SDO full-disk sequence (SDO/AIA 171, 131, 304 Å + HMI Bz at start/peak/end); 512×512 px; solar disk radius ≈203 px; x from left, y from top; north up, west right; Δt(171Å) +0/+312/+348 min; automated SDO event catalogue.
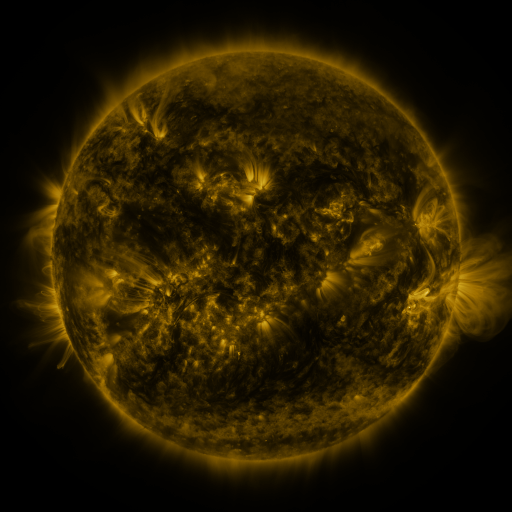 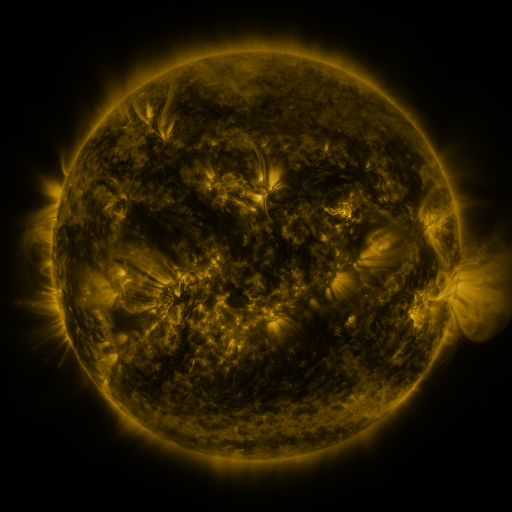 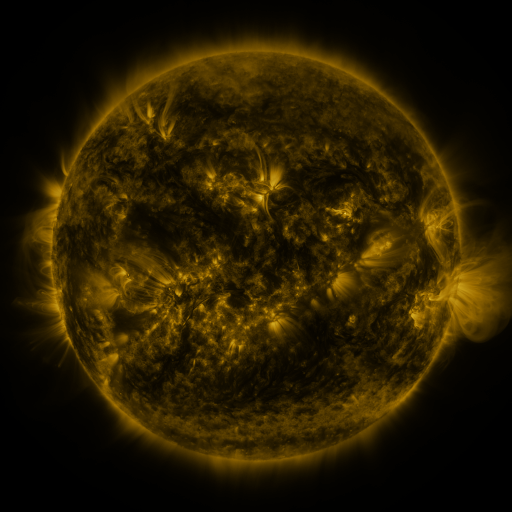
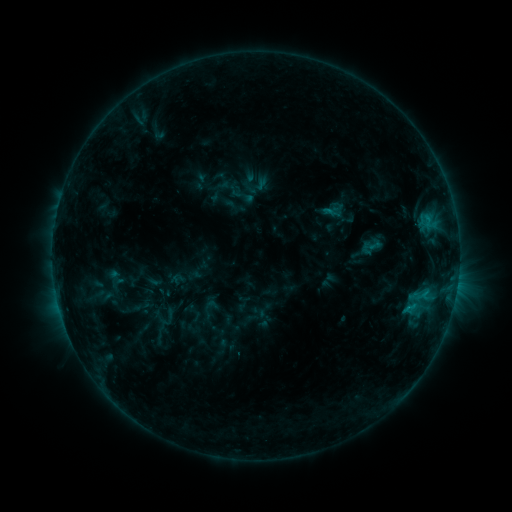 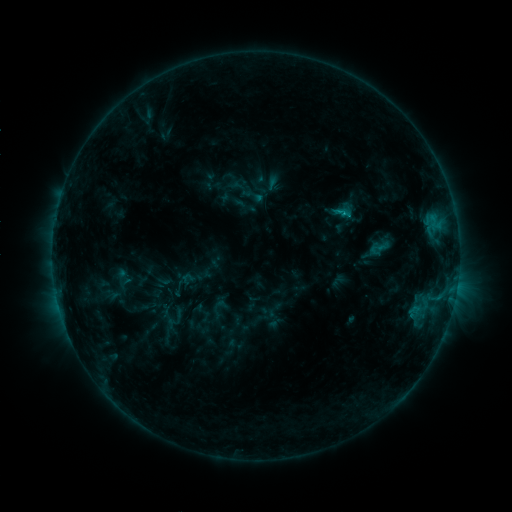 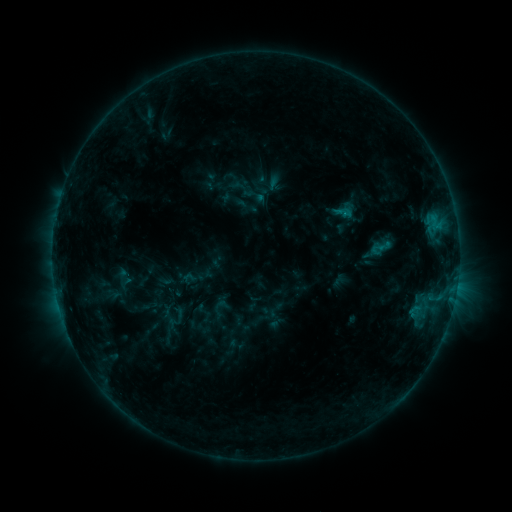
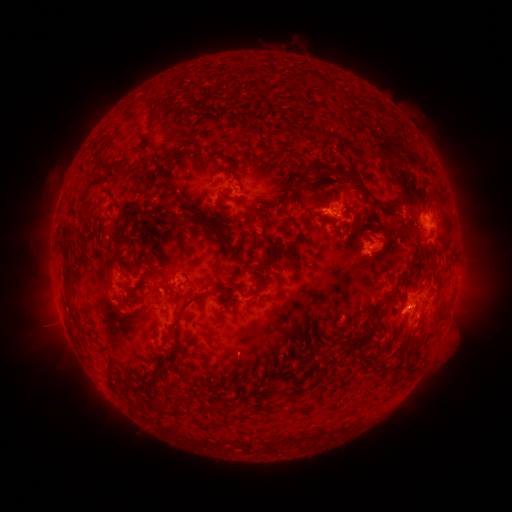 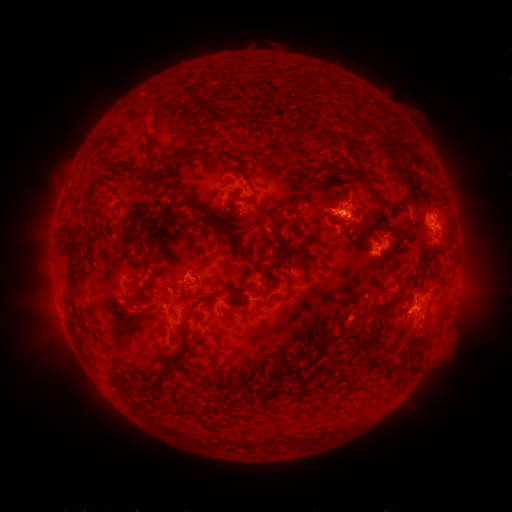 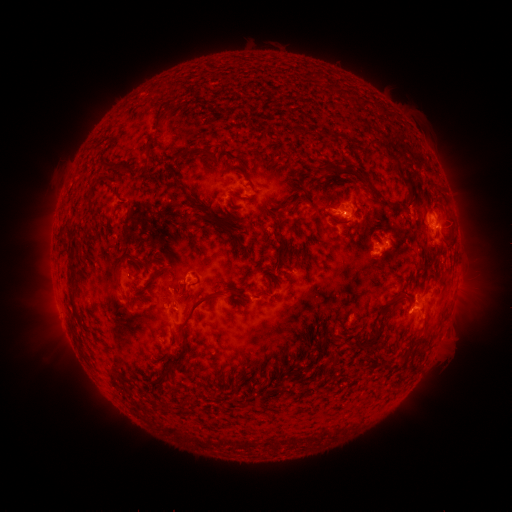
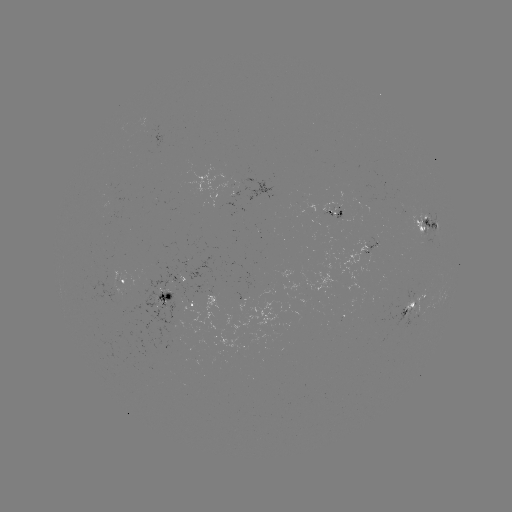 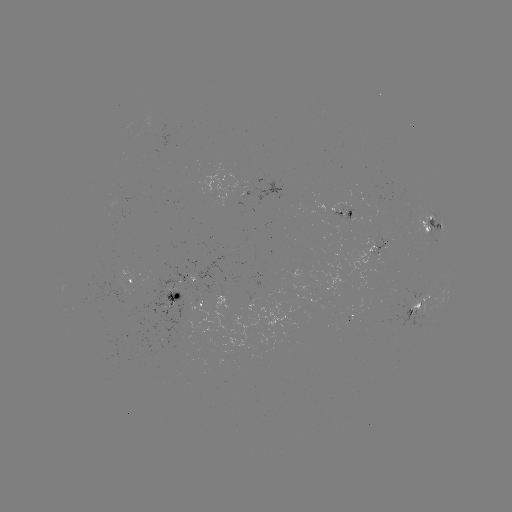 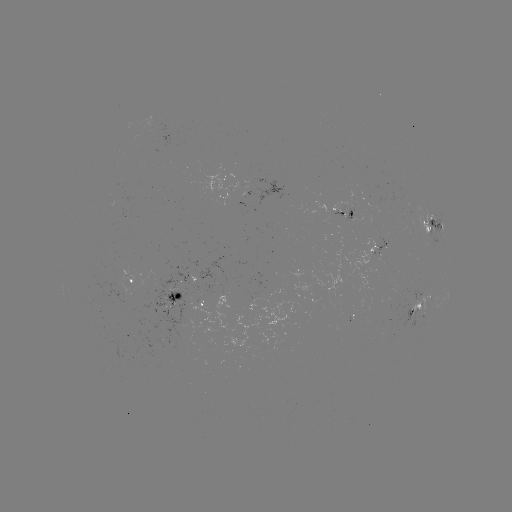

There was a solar emerging-flux region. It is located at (348, 220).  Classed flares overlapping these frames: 1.